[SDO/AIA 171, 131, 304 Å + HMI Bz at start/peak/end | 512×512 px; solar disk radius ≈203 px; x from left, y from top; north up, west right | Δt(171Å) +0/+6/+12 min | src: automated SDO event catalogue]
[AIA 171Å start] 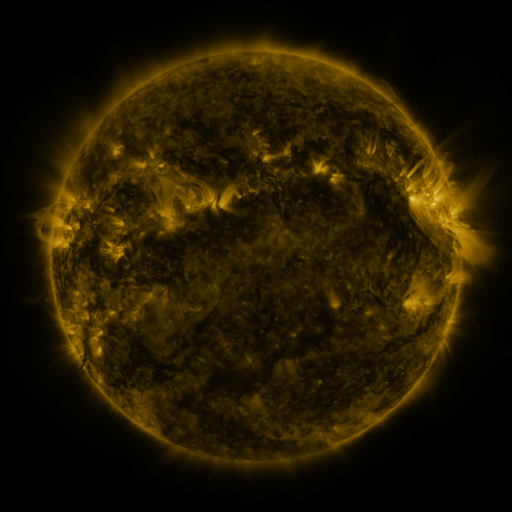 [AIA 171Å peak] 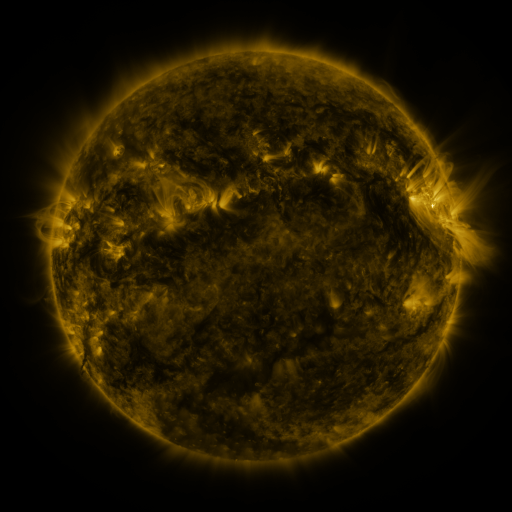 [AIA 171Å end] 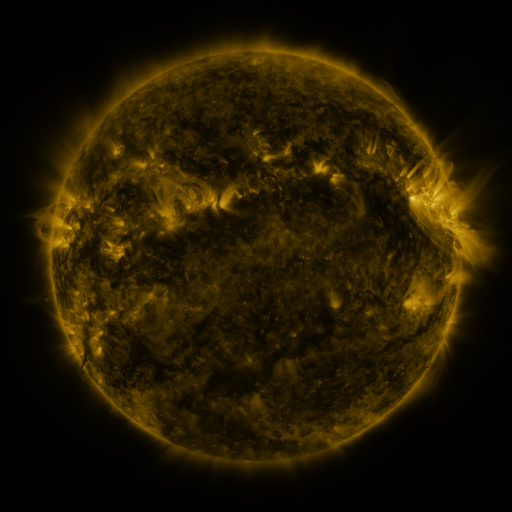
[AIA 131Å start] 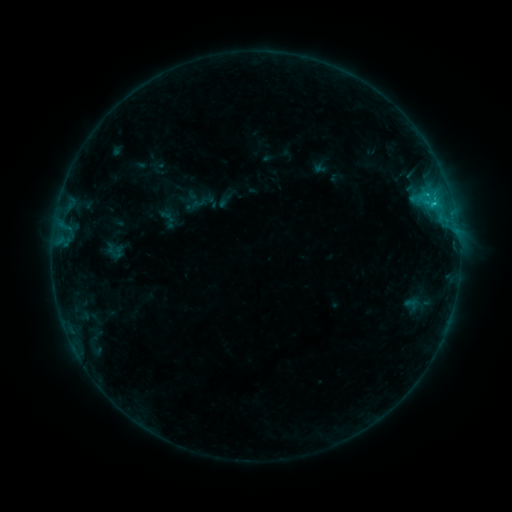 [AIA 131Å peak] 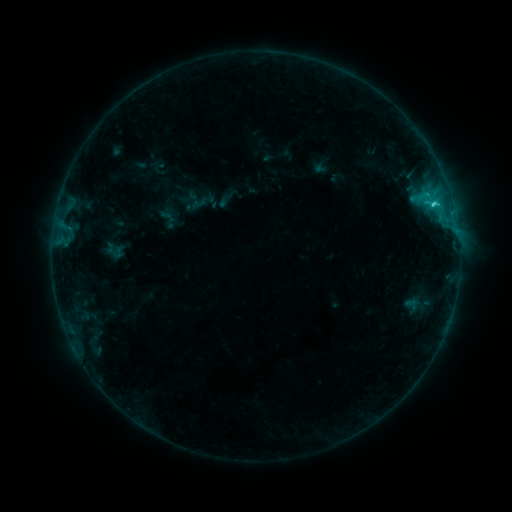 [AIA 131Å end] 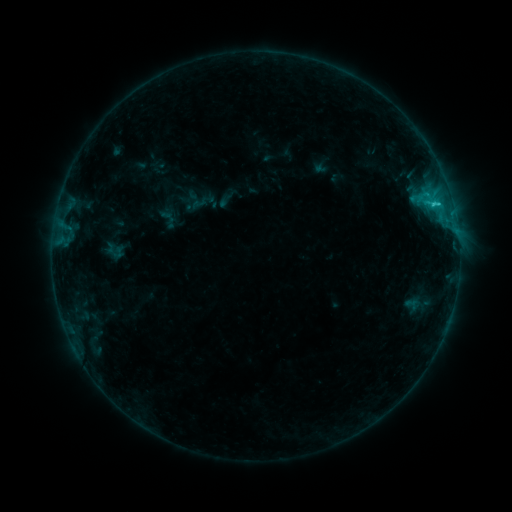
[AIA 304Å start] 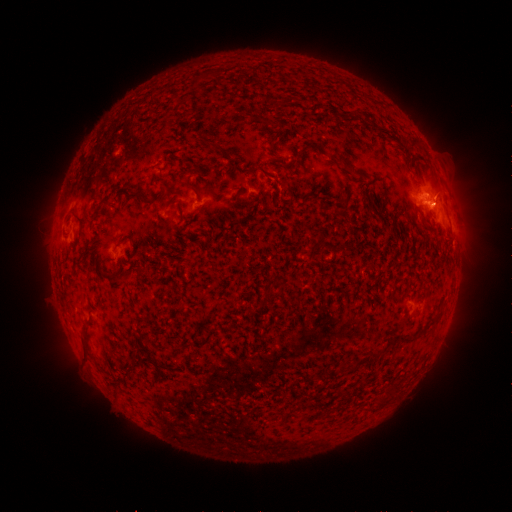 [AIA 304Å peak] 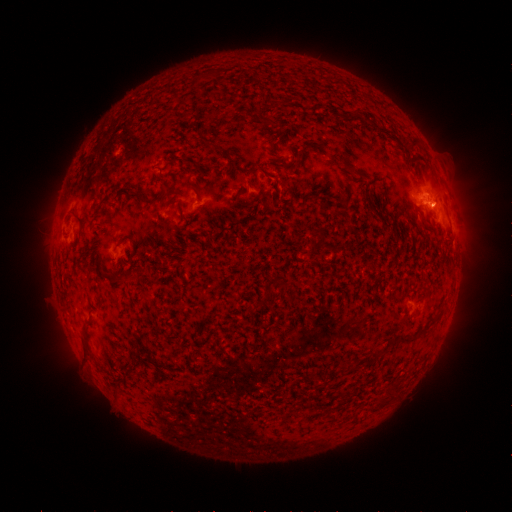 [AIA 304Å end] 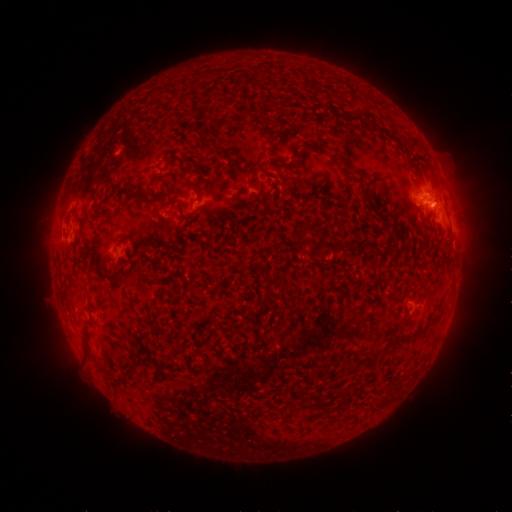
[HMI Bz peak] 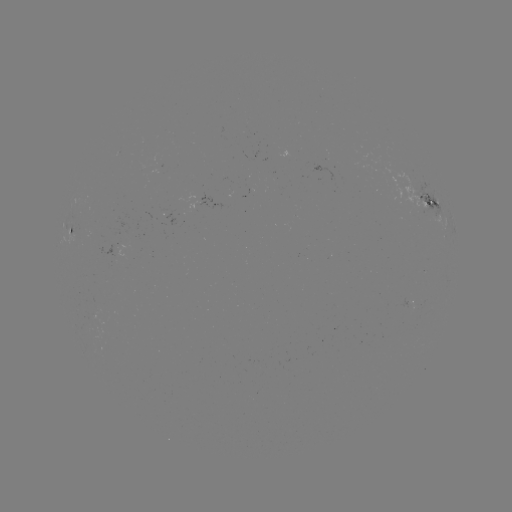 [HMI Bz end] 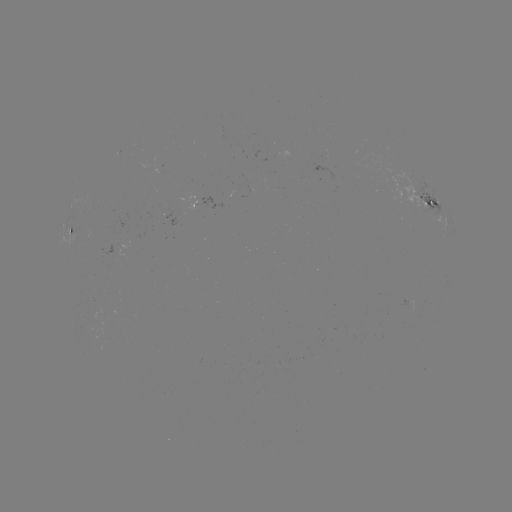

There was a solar flare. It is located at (434, 206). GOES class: C1.7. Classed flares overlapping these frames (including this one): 1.